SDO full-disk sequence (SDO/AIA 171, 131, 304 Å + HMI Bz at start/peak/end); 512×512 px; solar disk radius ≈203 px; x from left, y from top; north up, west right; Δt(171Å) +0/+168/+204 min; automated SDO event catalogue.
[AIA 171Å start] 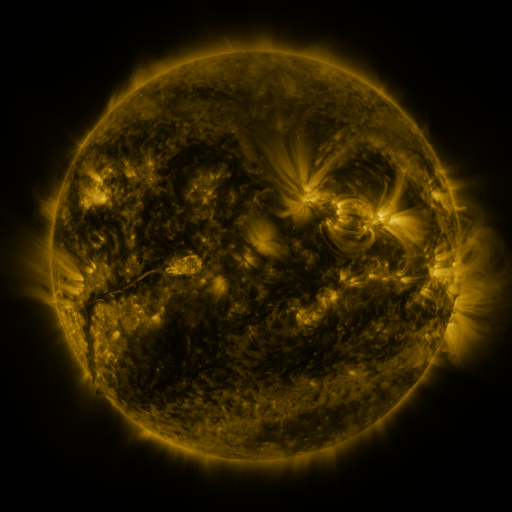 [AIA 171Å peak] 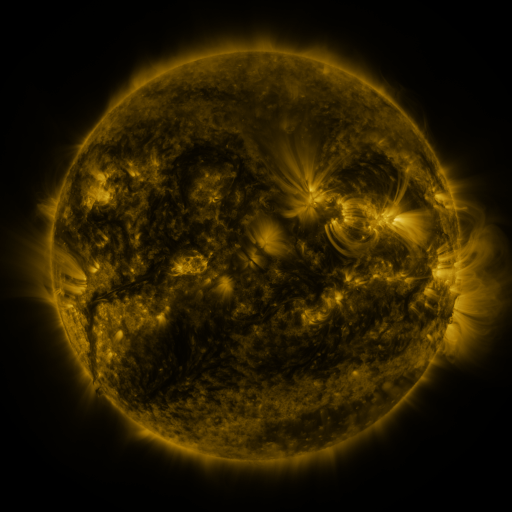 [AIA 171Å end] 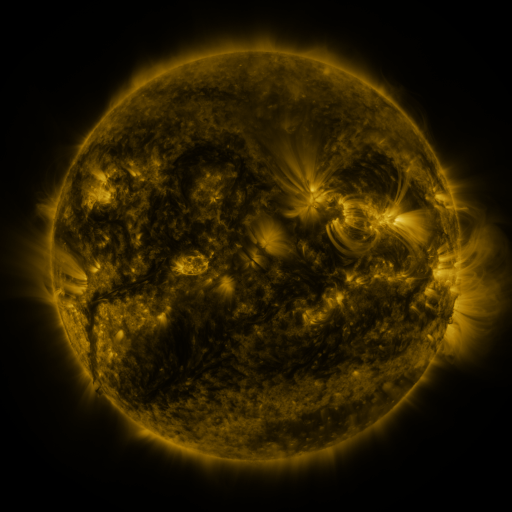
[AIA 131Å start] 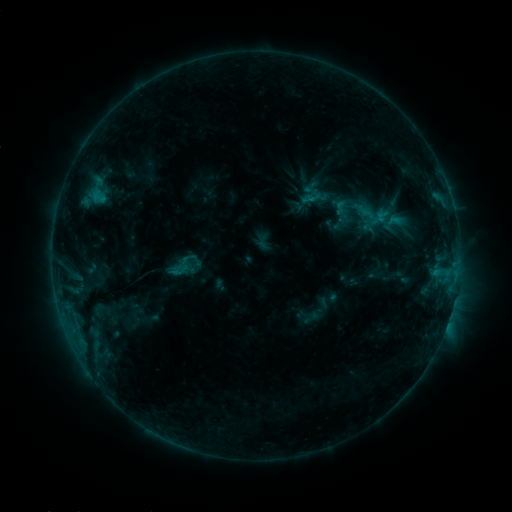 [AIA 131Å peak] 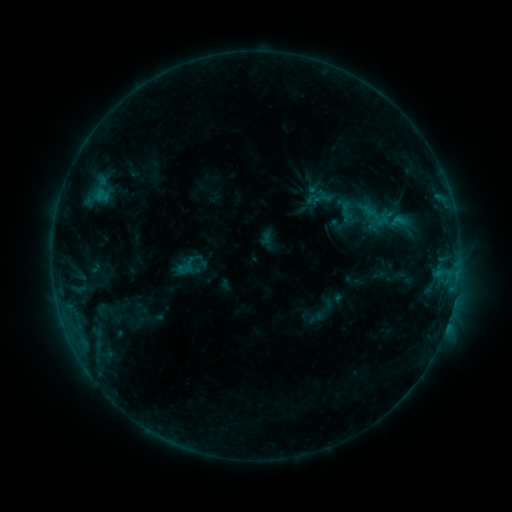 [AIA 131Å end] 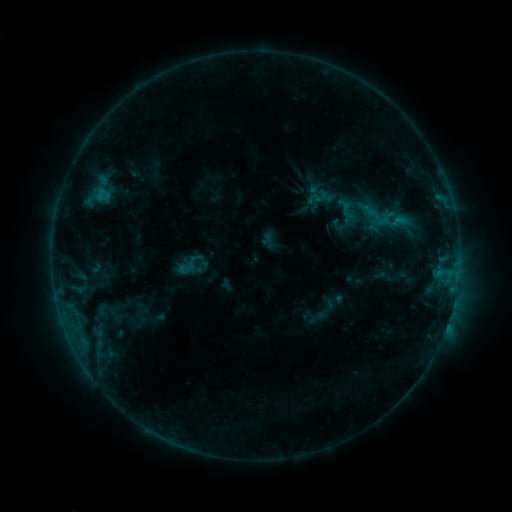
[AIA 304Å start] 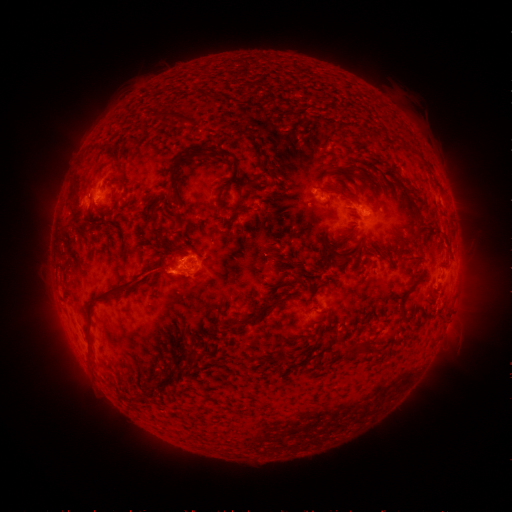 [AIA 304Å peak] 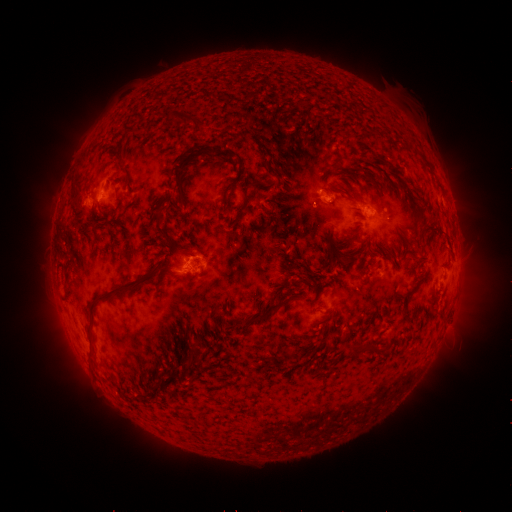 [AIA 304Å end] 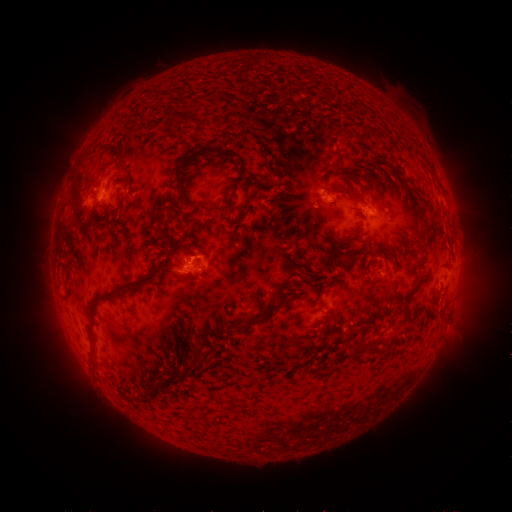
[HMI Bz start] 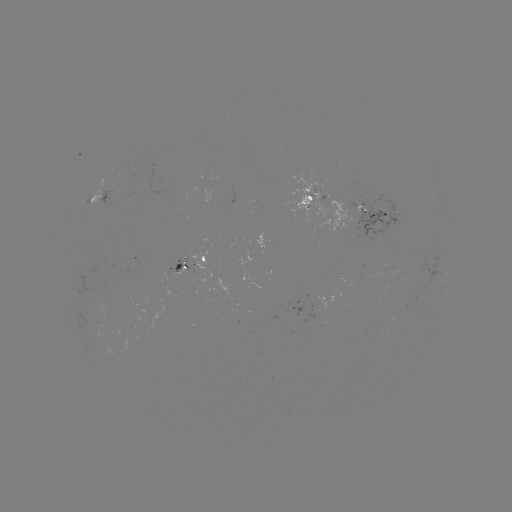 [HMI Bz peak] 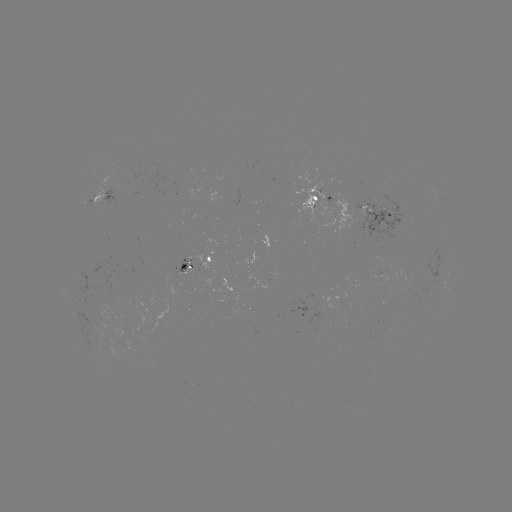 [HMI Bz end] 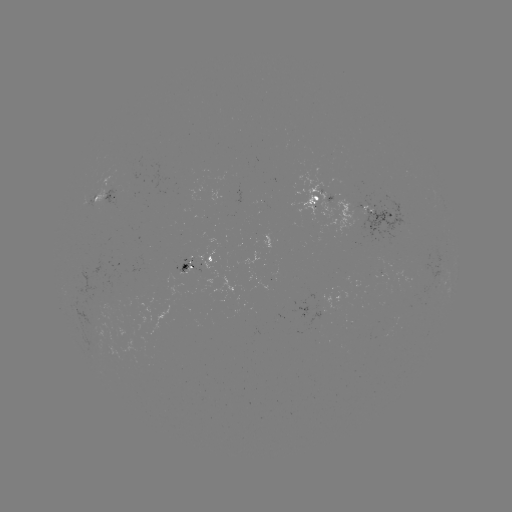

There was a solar emerging-flux region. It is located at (187, 262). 